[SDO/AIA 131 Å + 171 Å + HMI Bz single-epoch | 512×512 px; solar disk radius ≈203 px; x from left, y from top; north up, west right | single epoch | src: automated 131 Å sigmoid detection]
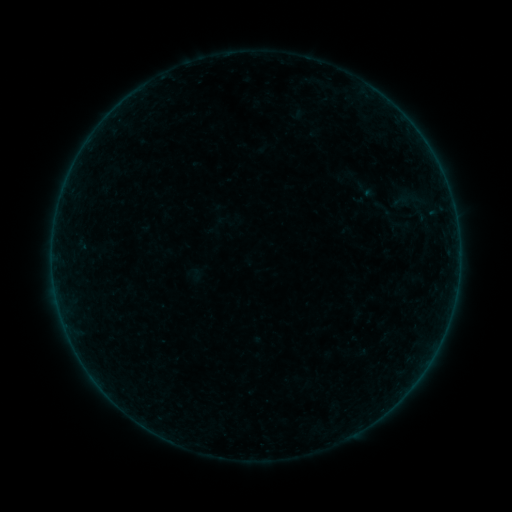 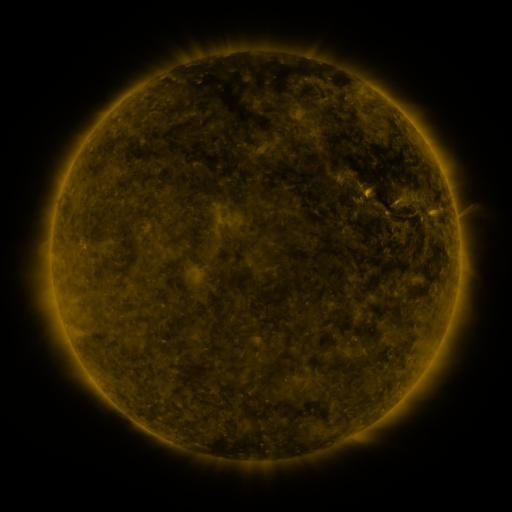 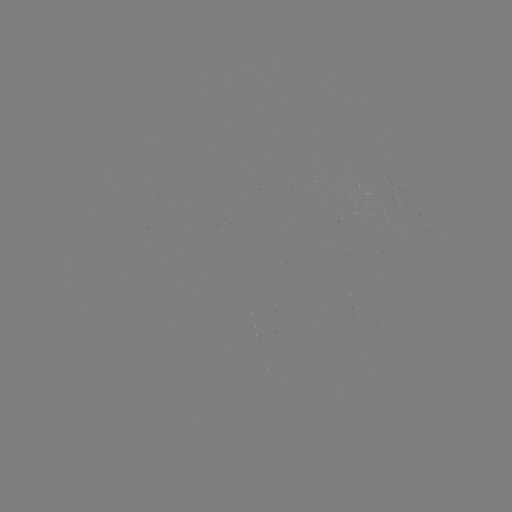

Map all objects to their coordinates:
sigmoid: (366, 195, 406, 224)
